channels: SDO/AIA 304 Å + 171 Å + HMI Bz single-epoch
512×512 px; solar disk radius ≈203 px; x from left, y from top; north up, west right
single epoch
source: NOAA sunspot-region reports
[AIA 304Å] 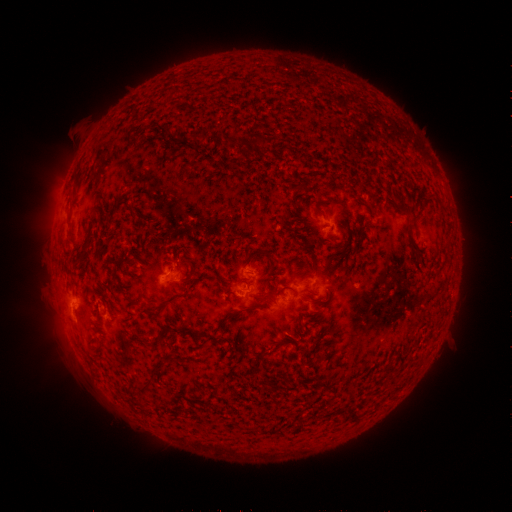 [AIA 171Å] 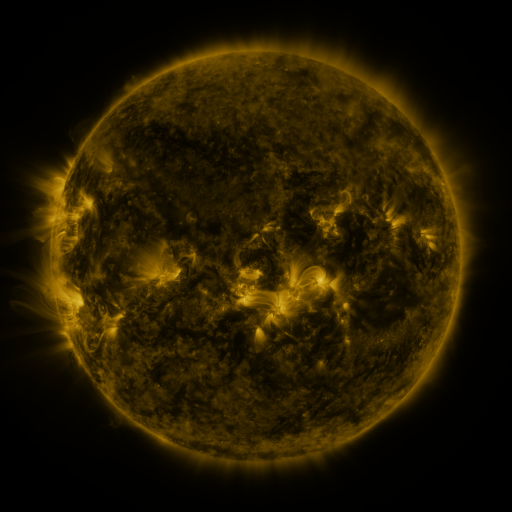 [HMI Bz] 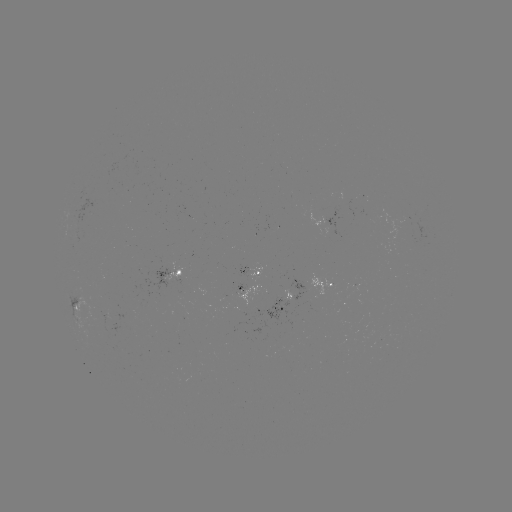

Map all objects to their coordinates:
spotted active region: (173, 272)
spotted active region: (252, 272)
spotted active region: (325, 283)
spotted active region: (245, 290)
spotted active region: (287, 300)
spotted active region: (77, 308)
